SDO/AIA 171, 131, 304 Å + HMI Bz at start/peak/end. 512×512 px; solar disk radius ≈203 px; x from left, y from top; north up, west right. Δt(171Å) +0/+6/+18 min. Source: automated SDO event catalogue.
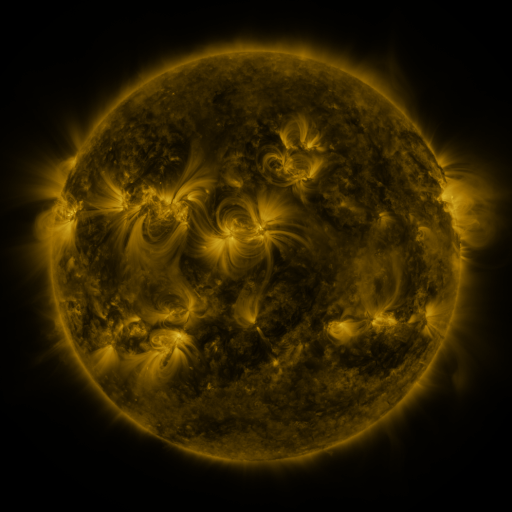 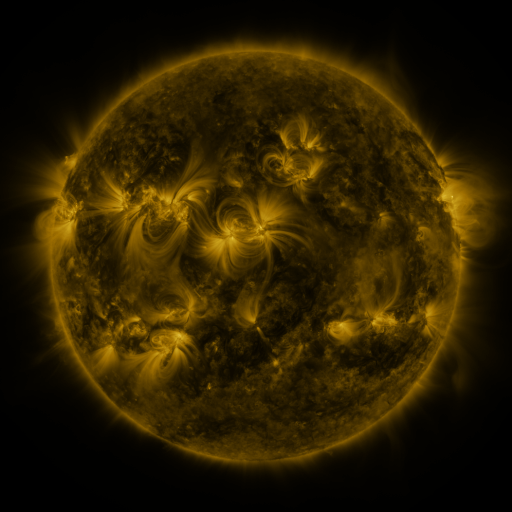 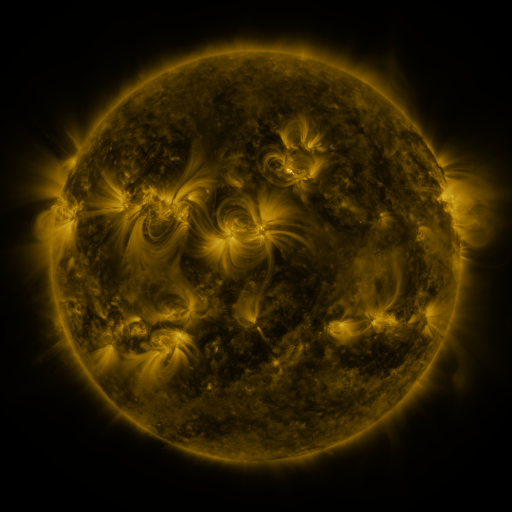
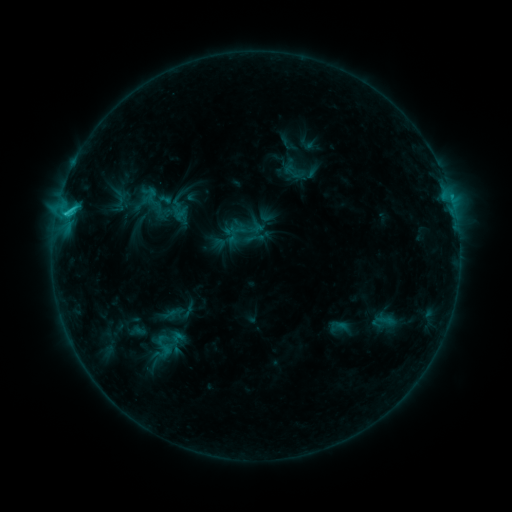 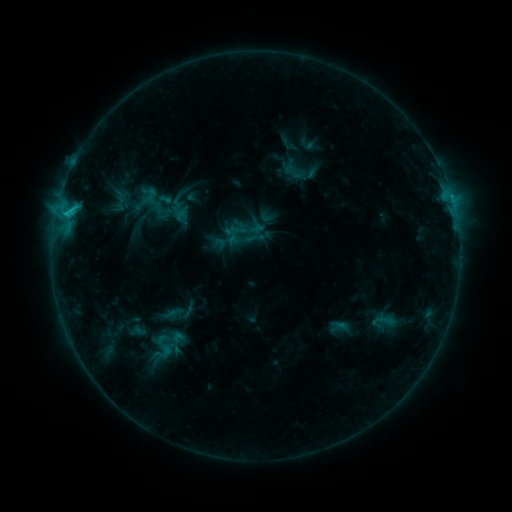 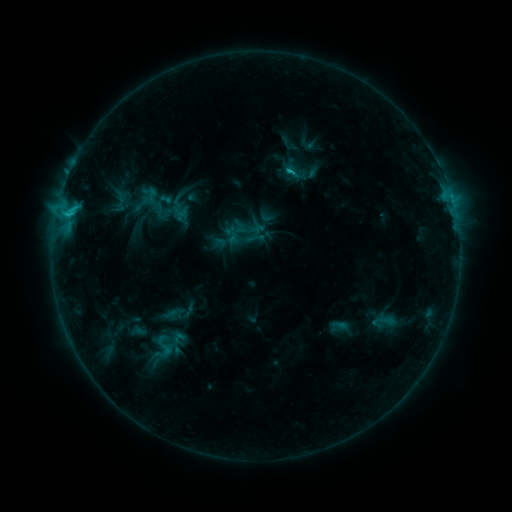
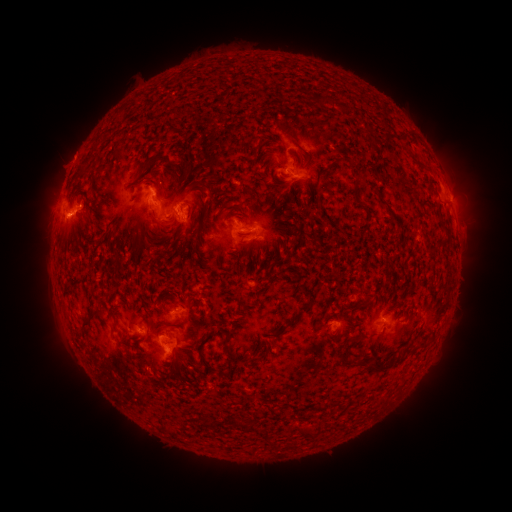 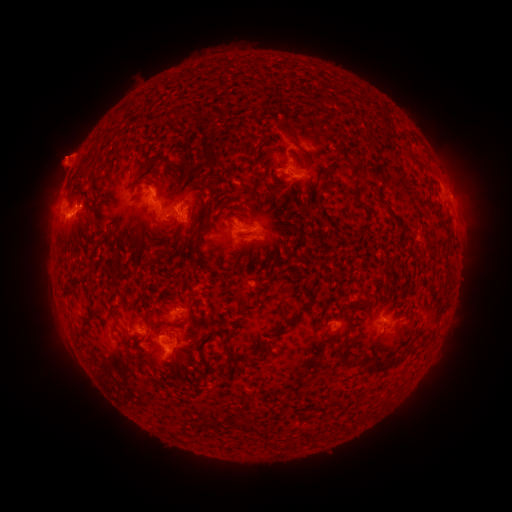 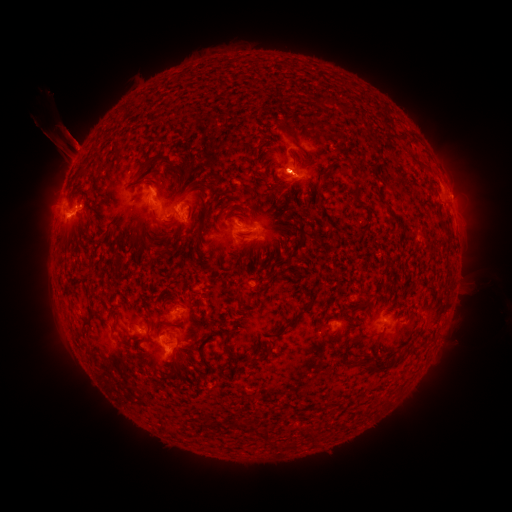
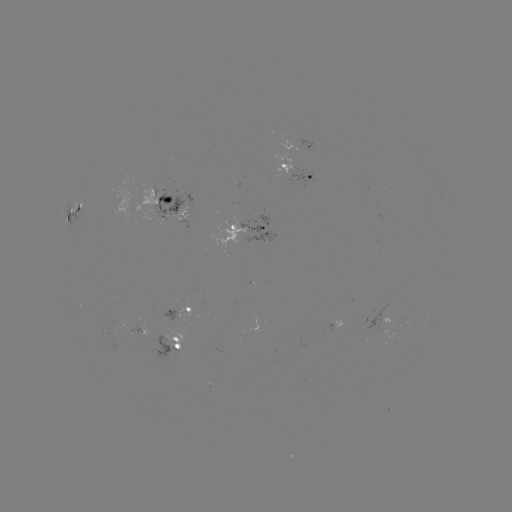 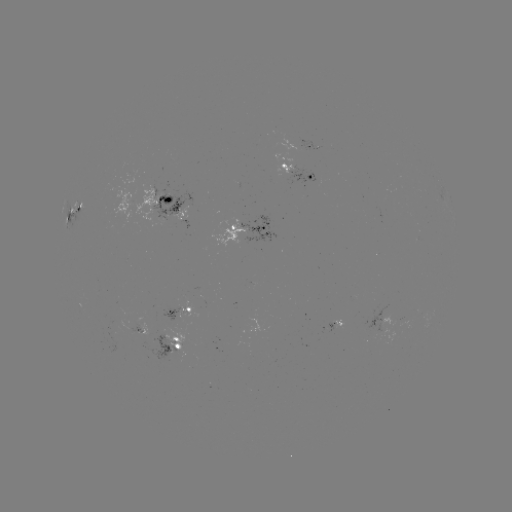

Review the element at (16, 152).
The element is eruption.